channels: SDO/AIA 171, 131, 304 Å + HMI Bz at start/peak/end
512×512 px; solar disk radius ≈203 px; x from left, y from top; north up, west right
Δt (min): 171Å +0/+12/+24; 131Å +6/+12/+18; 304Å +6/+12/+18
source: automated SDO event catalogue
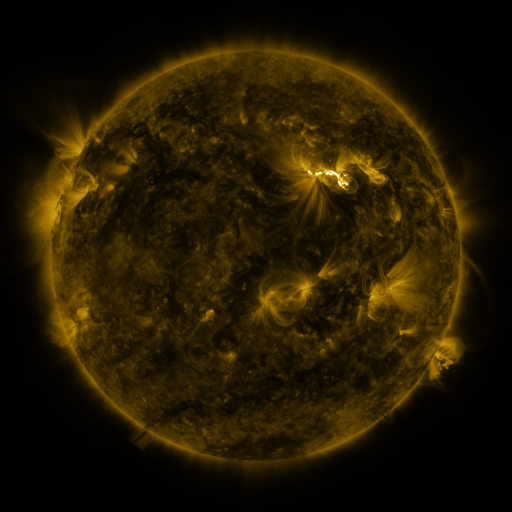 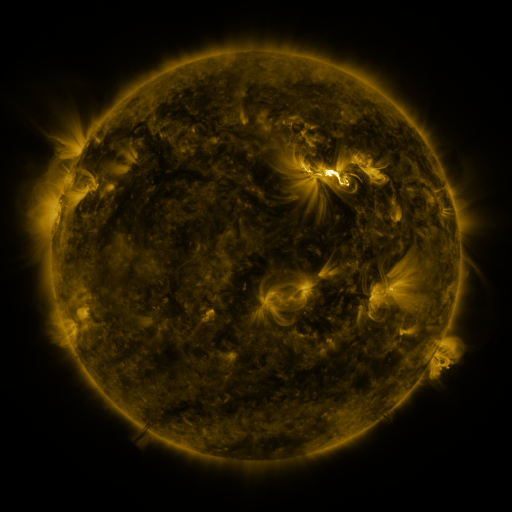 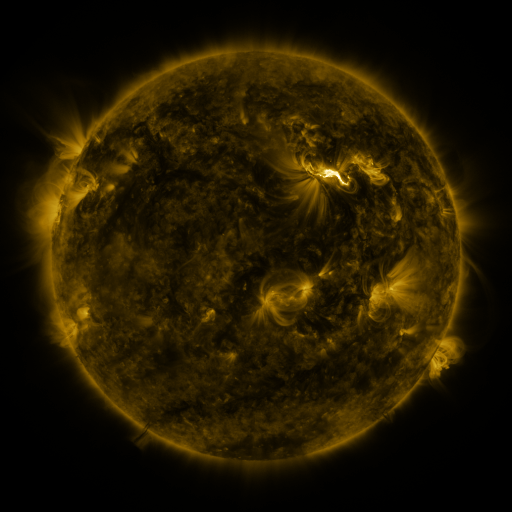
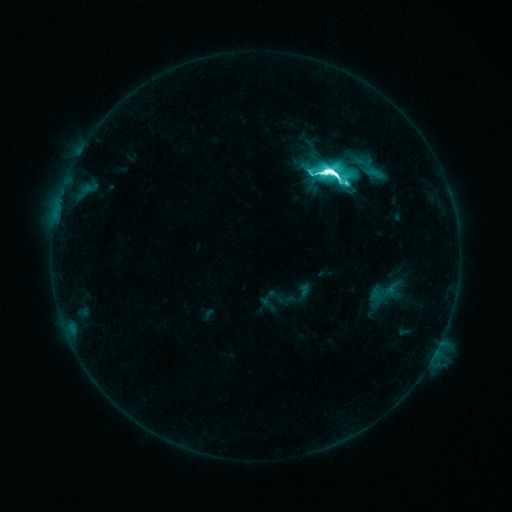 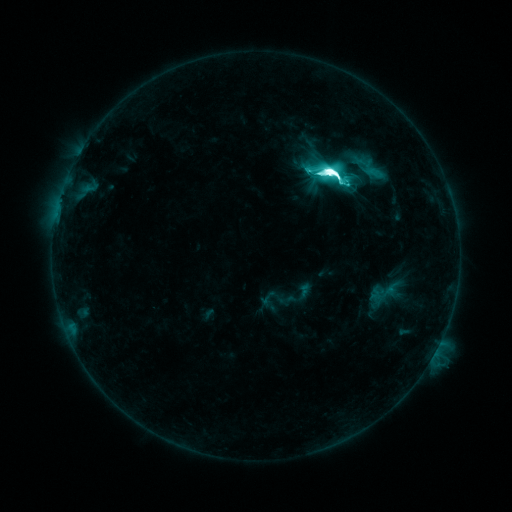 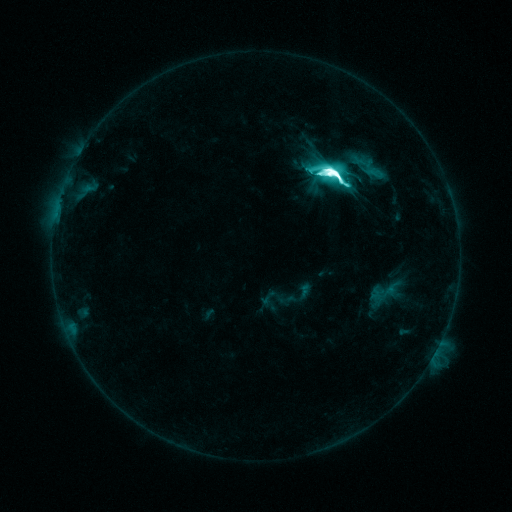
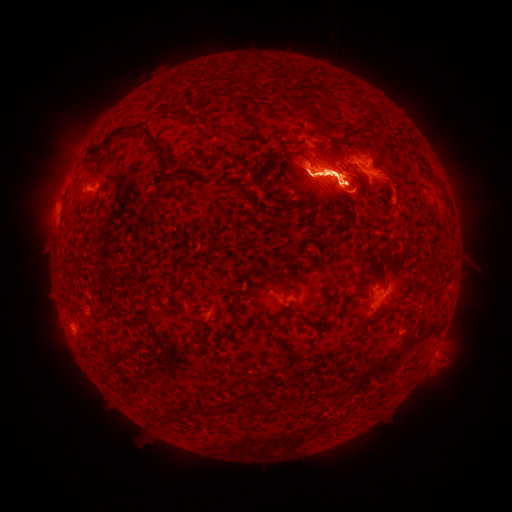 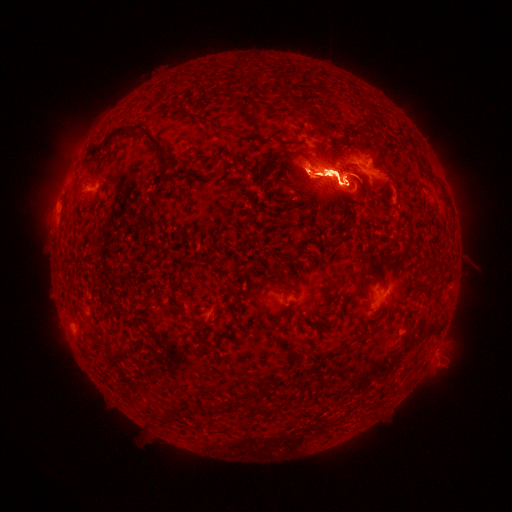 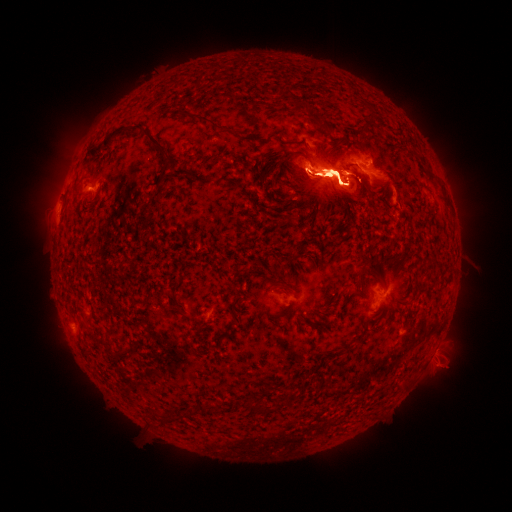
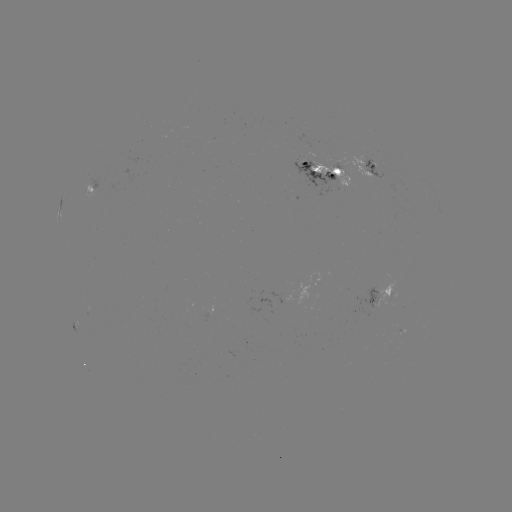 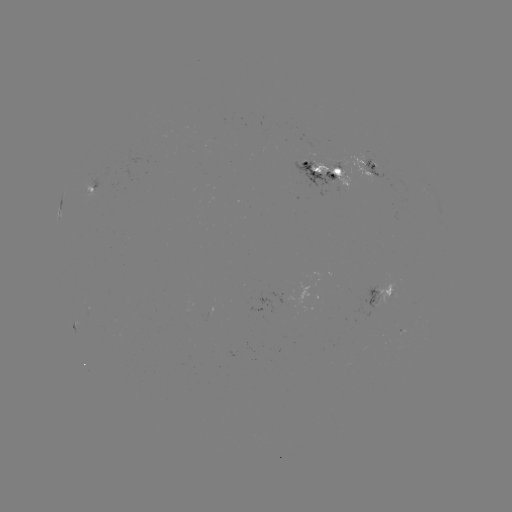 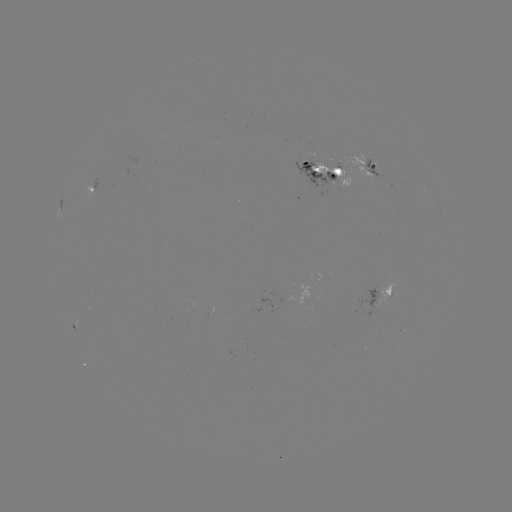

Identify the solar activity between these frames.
eruption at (329, 272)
